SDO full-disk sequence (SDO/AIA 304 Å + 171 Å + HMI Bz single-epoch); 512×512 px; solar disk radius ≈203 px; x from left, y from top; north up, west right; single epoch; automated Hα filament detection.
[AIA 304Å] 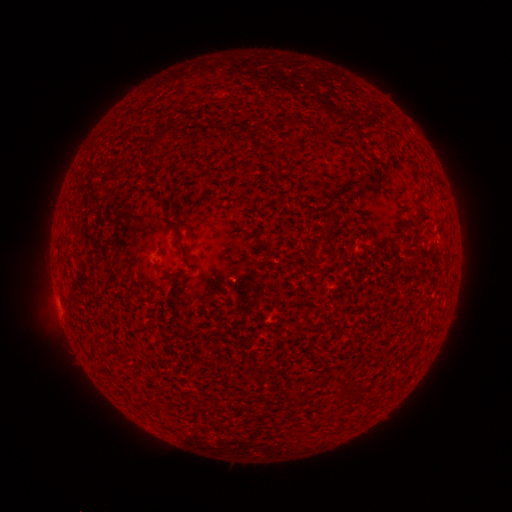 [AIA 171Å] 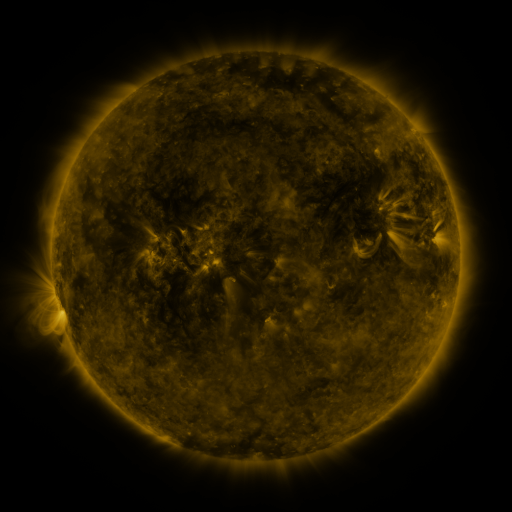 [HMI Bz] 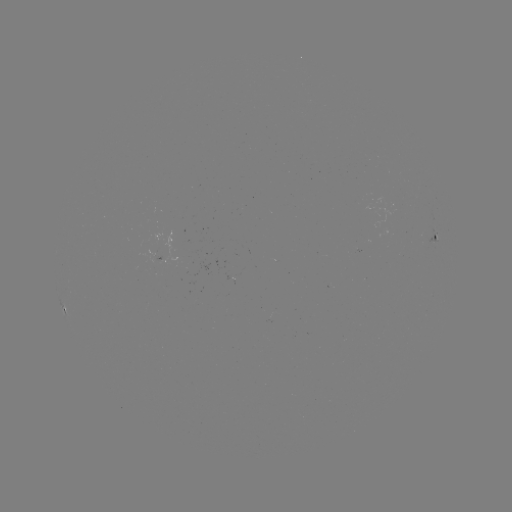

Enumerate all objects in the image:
filament: (177, 131)
filament: (158, 139)
filament: (423, 217)
filament: (183, 249)
filament: (344, 389)
